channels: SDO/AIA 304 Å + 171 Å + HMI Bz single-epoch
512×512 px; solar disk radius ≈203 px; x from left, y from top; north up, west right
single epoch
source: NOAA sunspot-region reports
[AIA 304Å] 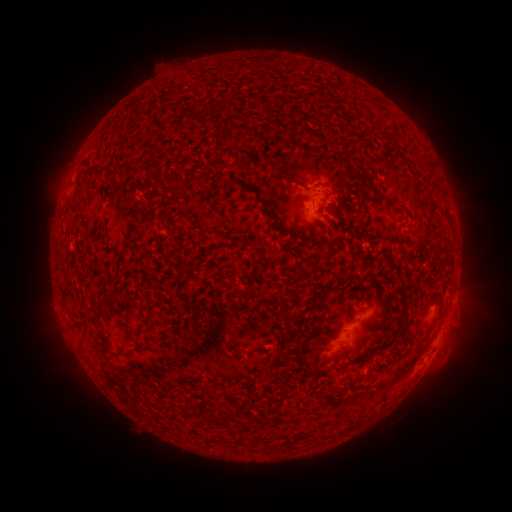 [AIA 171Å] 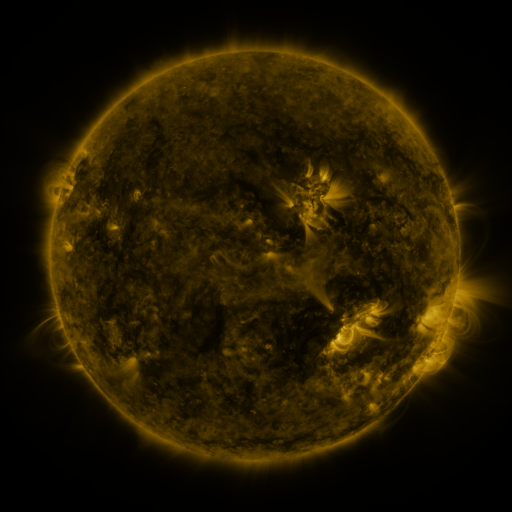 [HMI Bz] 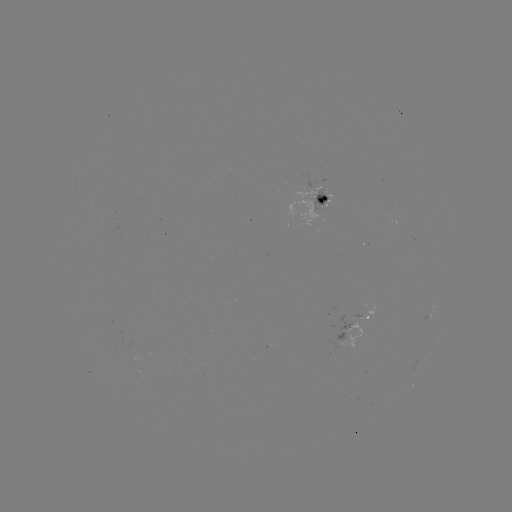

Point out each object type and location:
spotted active region: (317, 200)
spotted active region: (431, 315)
spotted active region: (364, 317)
